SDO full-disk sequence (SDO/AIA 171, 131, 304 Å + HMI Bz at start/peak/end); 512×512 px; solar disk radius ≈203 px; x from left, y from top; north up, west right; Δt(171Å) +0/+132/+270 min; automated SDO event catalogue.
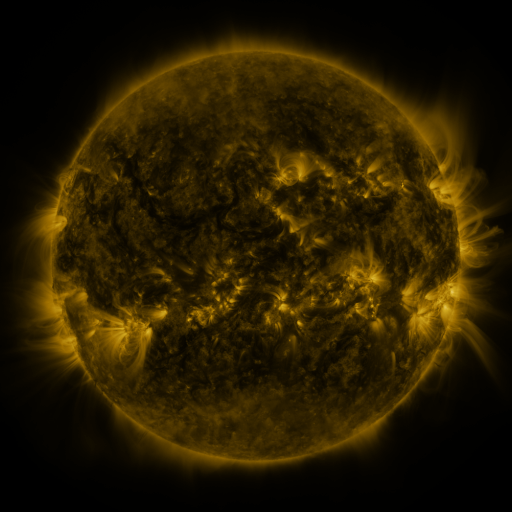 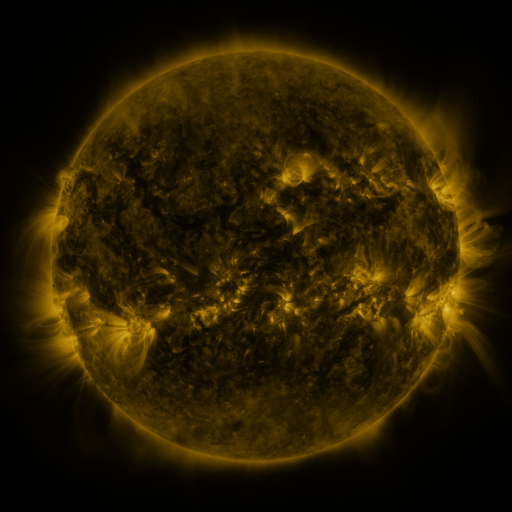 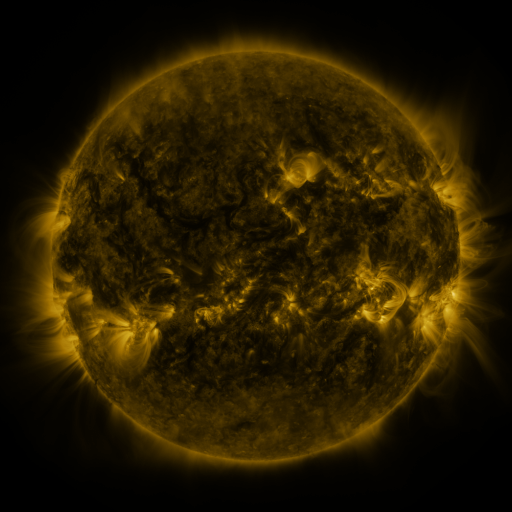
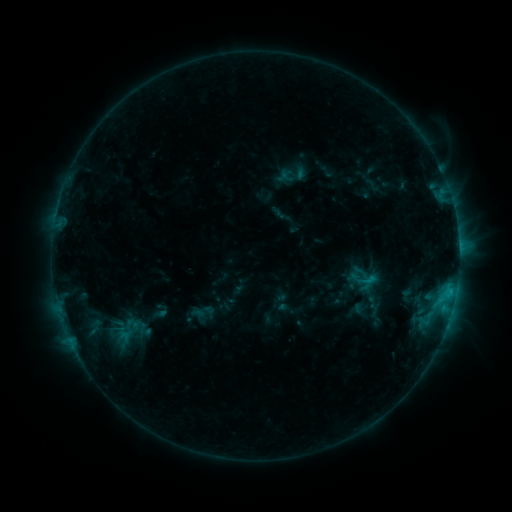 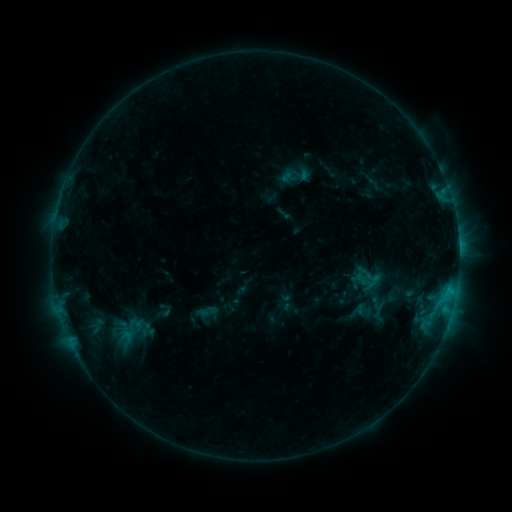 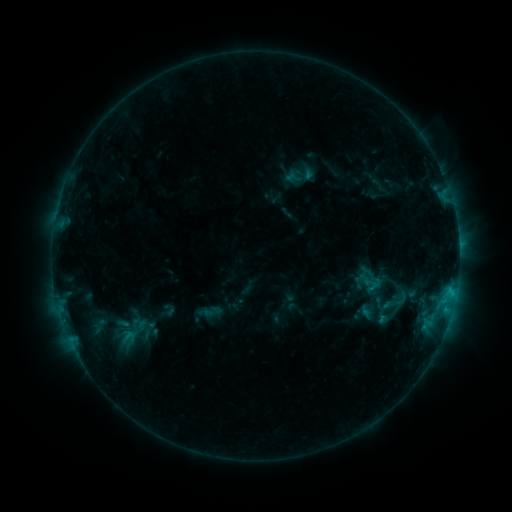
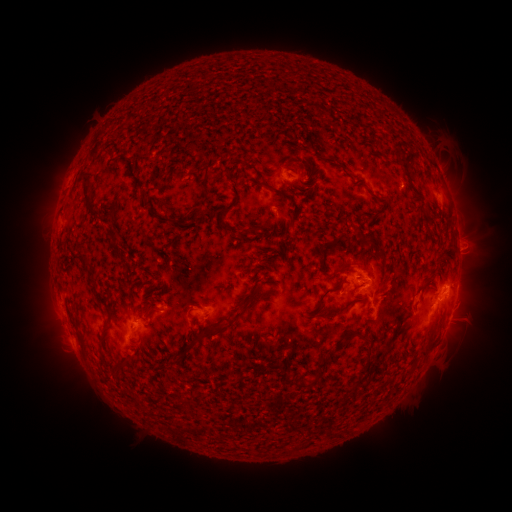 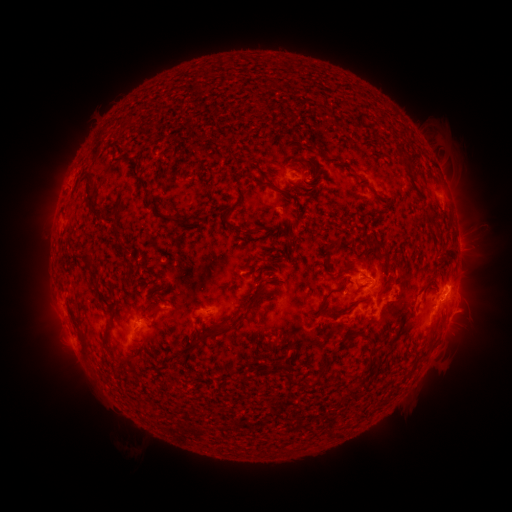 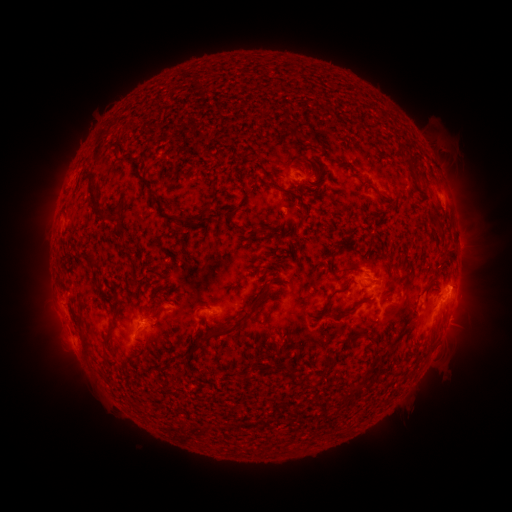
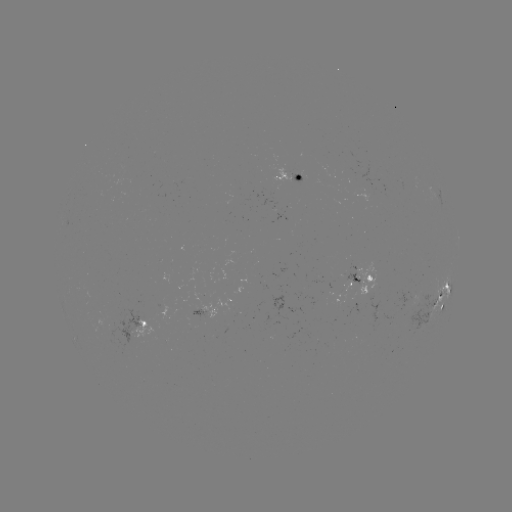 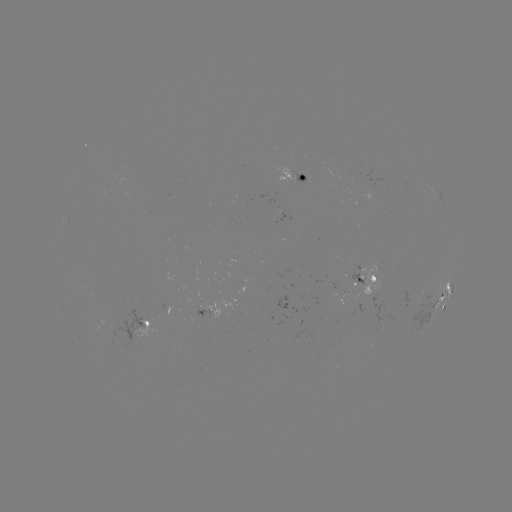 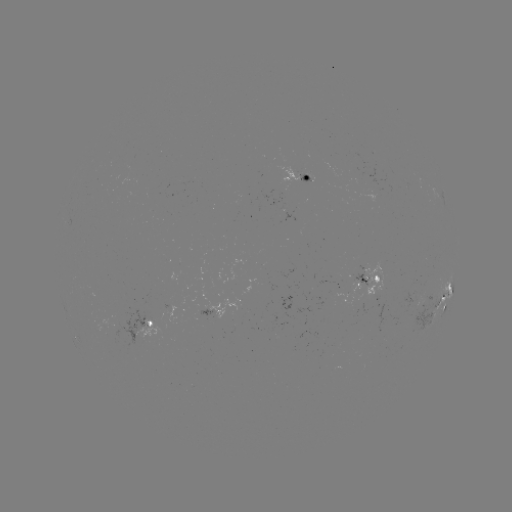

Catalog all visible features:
filament eruption: (276, 211)
